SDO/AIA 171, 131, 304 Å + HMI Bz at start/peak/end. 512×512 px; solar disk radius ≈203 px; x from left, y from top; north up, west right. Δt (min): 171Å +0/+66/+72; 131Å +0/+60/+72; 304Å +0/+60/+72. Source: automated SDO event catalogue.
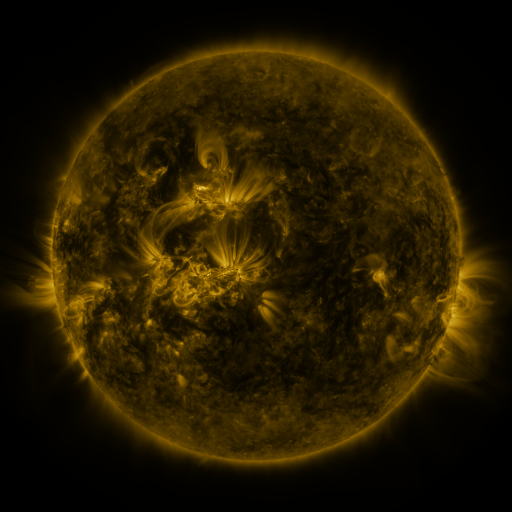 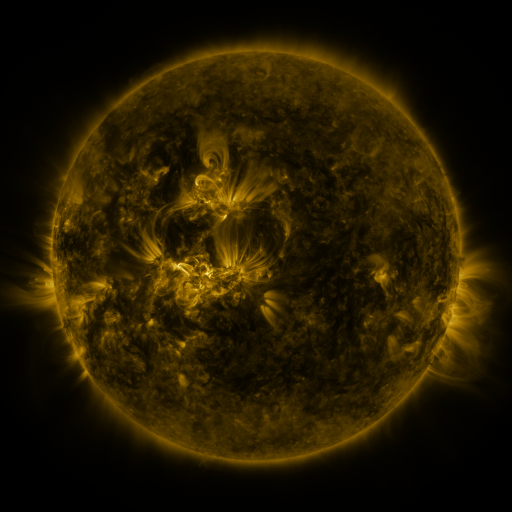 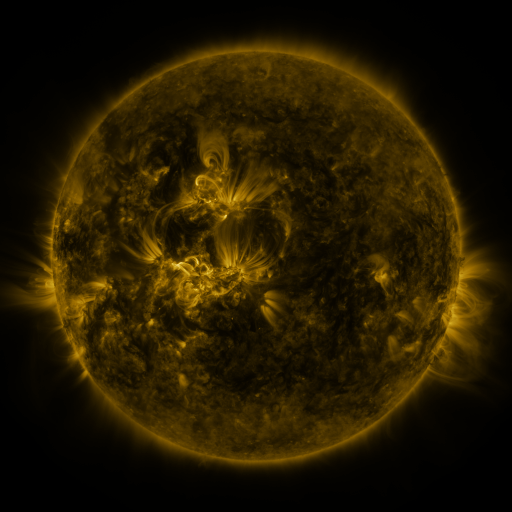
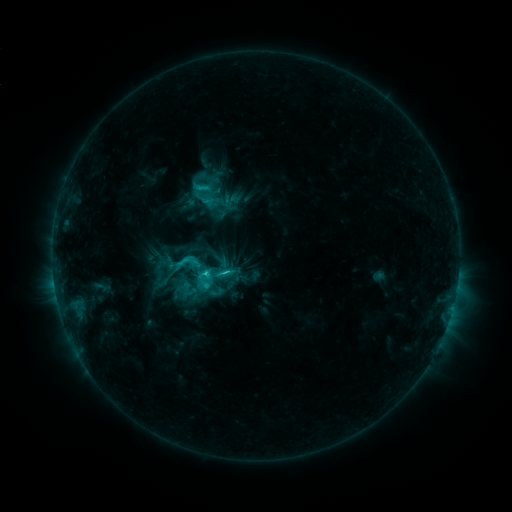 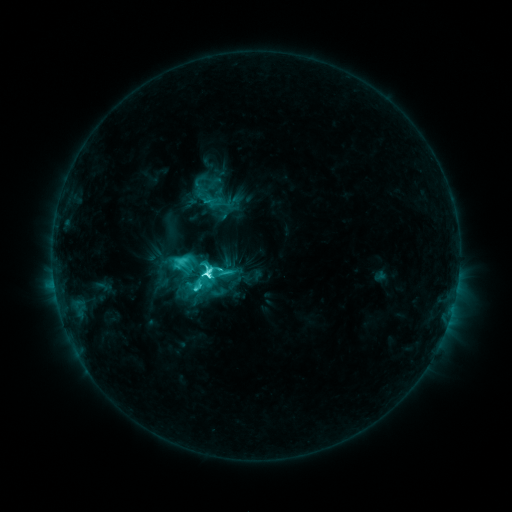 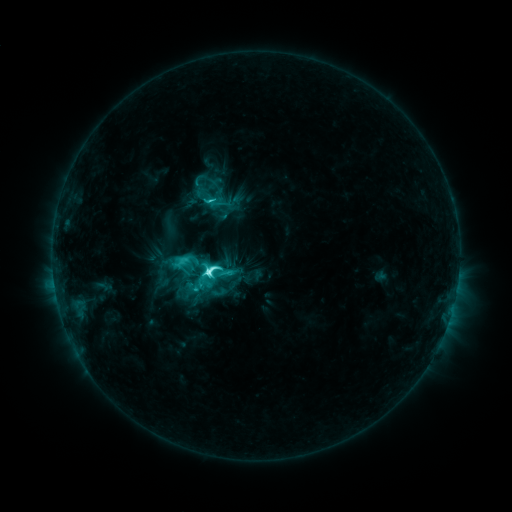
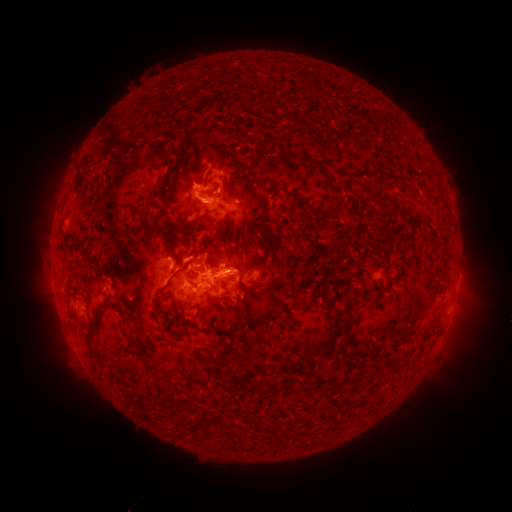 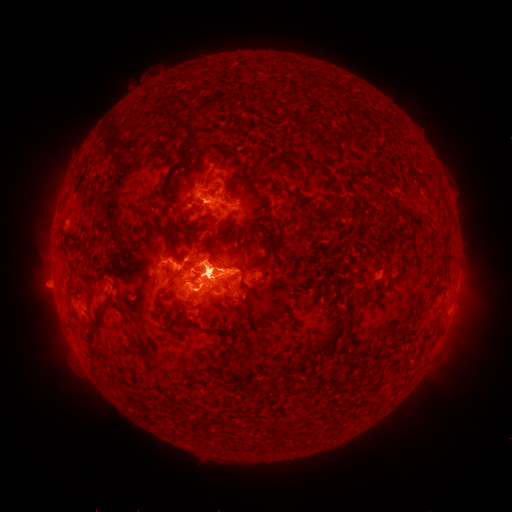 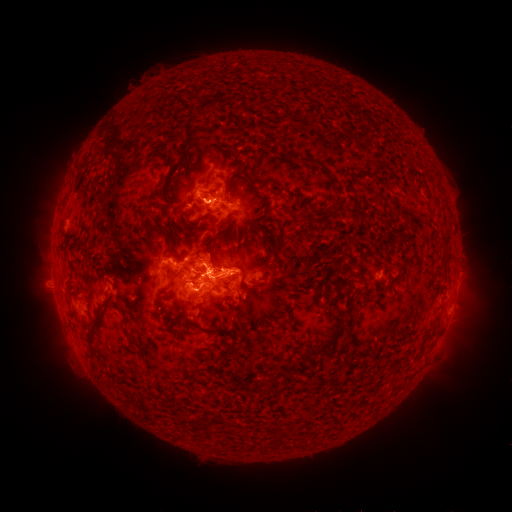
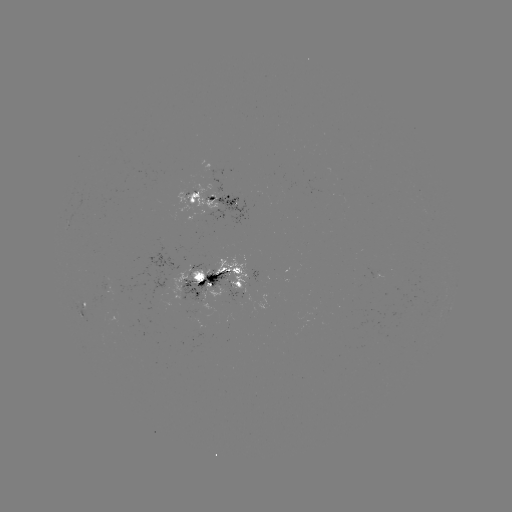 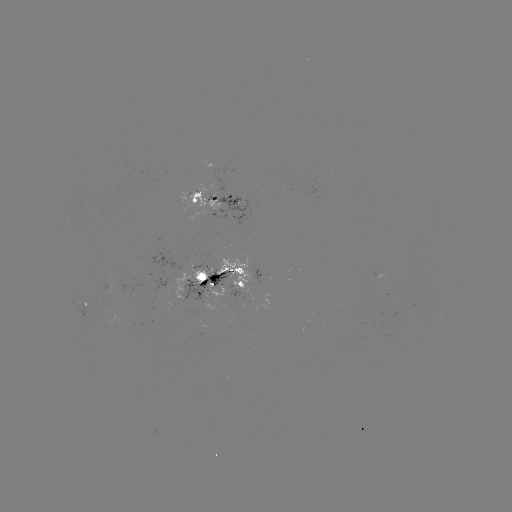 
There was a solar flare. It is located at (210, 273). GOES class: M2.2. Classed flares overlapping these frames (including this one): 1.